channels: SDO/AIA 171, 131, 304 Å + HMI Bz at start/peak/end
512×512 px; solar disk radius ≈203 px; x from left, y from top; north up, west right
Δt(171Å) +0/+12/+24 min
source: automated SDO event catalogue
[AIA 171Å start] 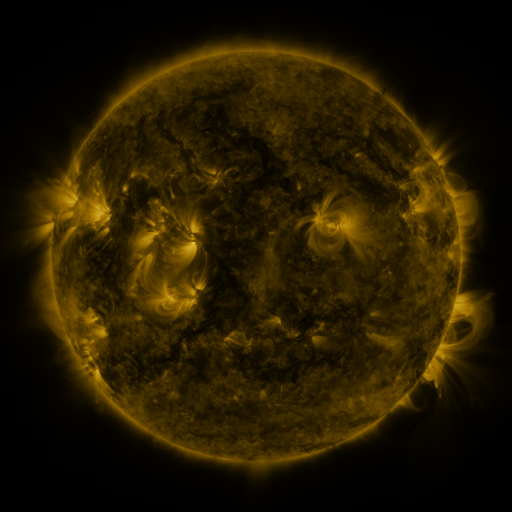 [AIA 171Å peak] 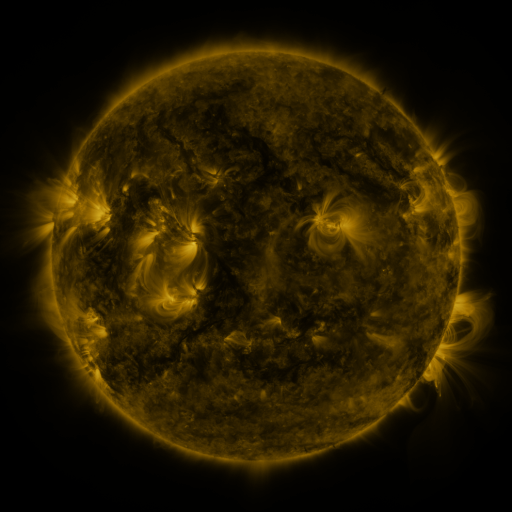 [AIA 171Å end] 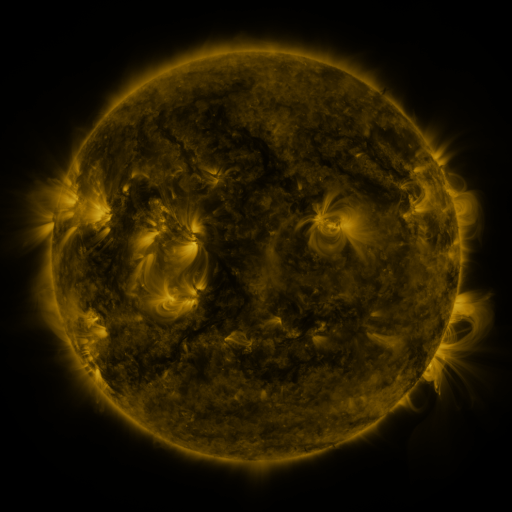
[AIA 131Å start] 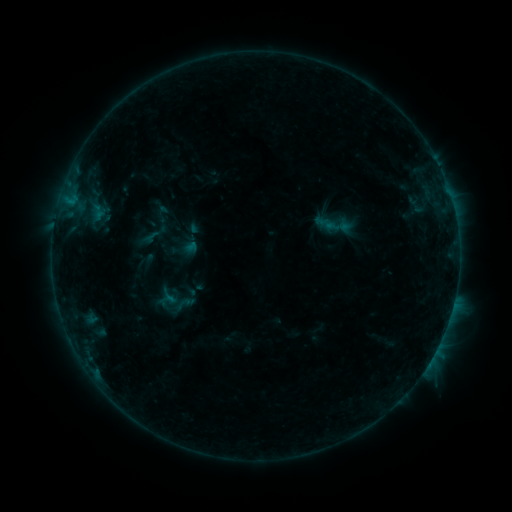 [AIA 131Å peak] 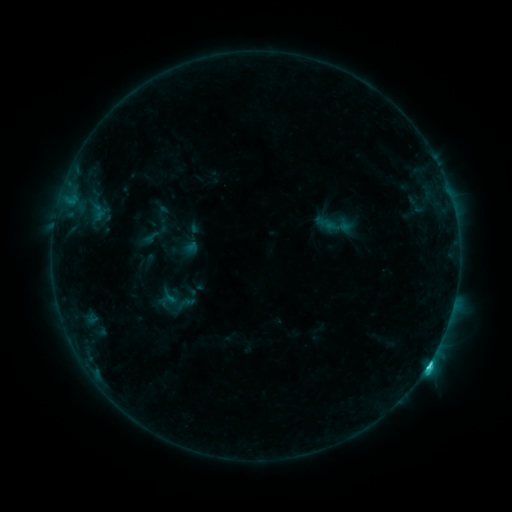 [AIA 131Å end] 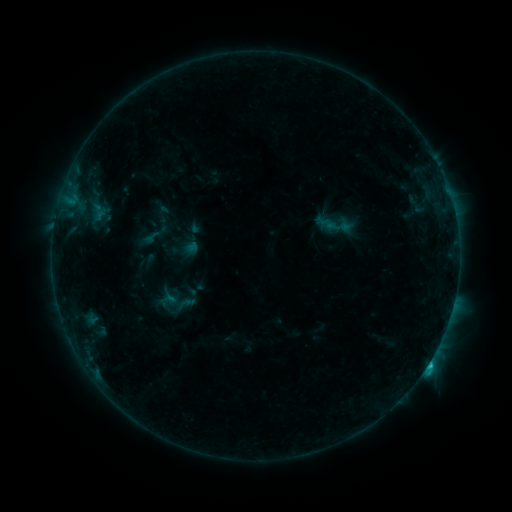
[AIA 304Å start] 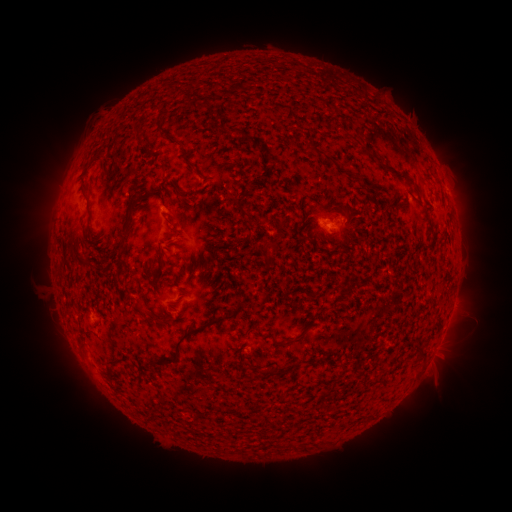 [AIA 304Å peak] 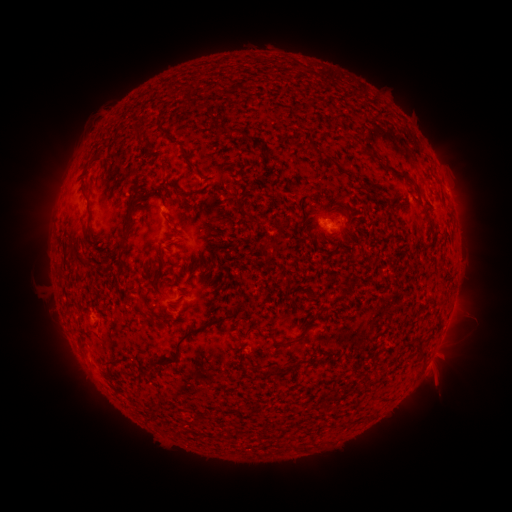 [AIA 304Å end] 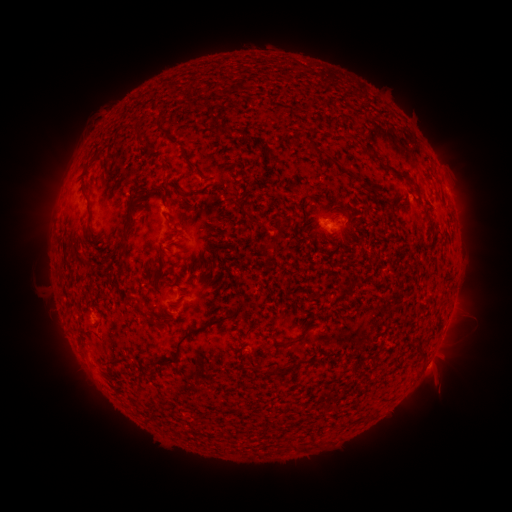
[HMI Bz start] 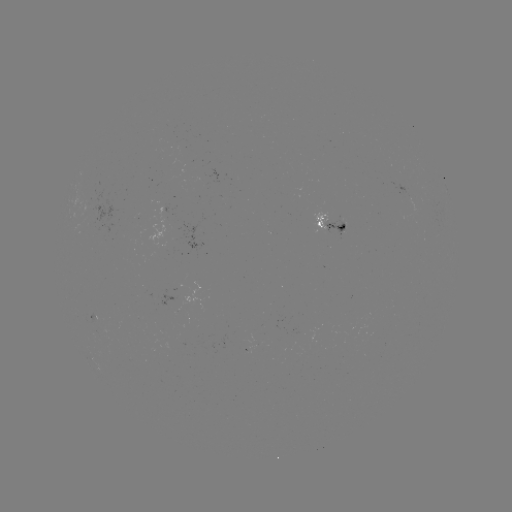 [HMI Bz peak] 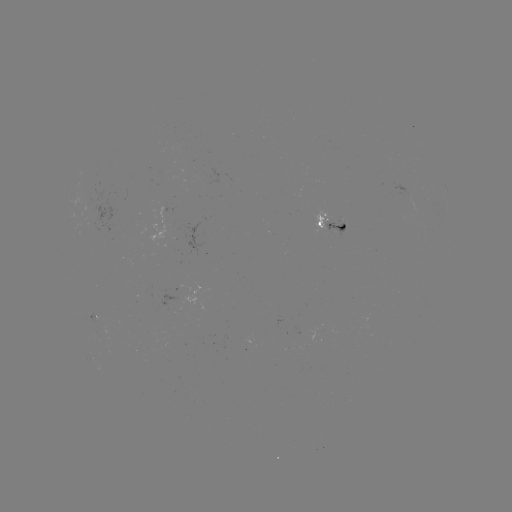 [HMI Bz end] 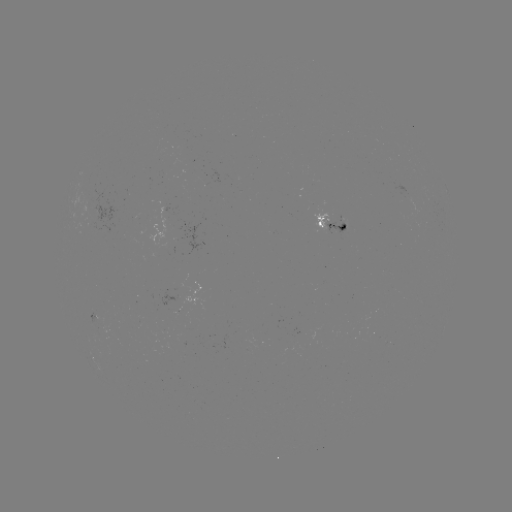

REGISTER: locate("C2.3 flare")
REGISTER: (428, 363)